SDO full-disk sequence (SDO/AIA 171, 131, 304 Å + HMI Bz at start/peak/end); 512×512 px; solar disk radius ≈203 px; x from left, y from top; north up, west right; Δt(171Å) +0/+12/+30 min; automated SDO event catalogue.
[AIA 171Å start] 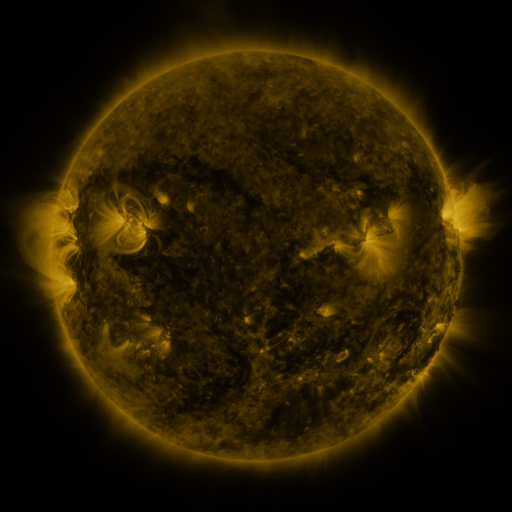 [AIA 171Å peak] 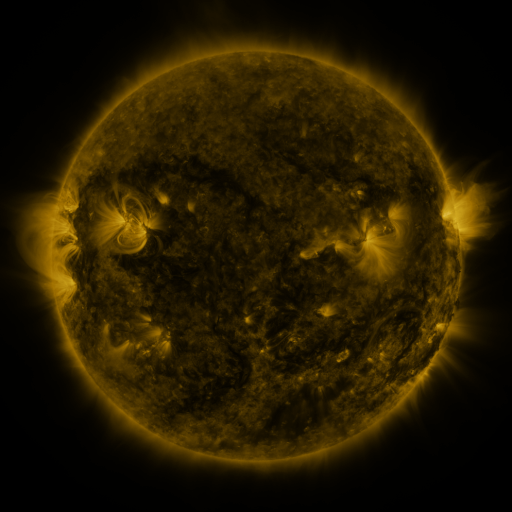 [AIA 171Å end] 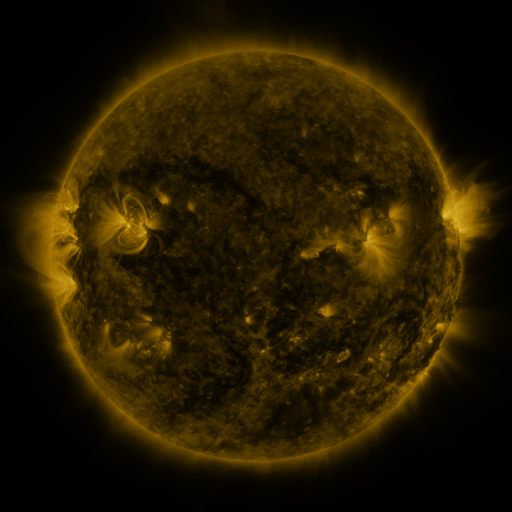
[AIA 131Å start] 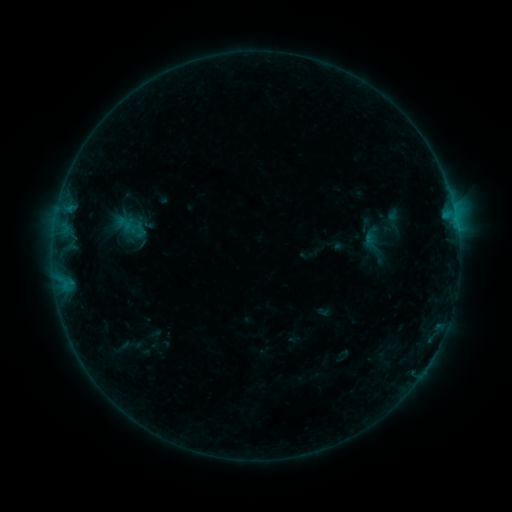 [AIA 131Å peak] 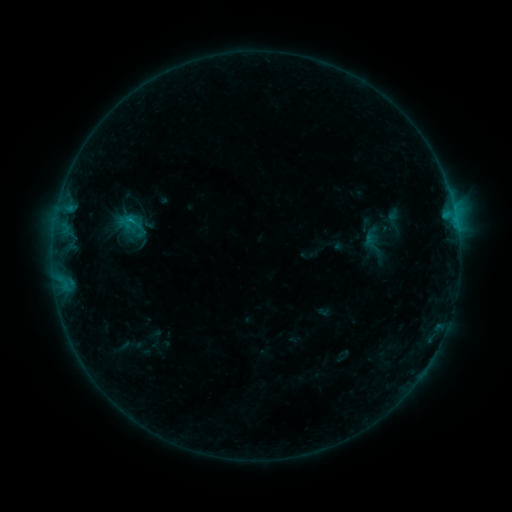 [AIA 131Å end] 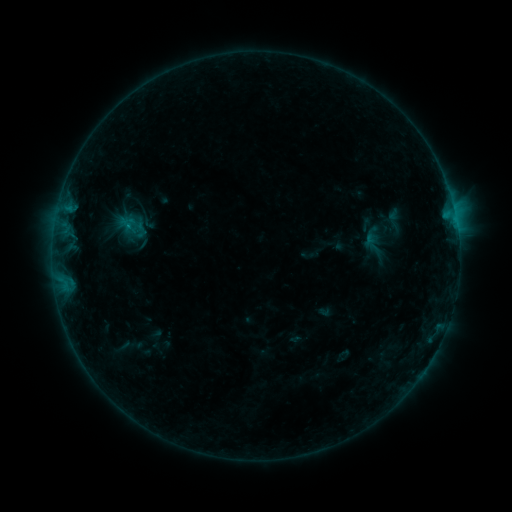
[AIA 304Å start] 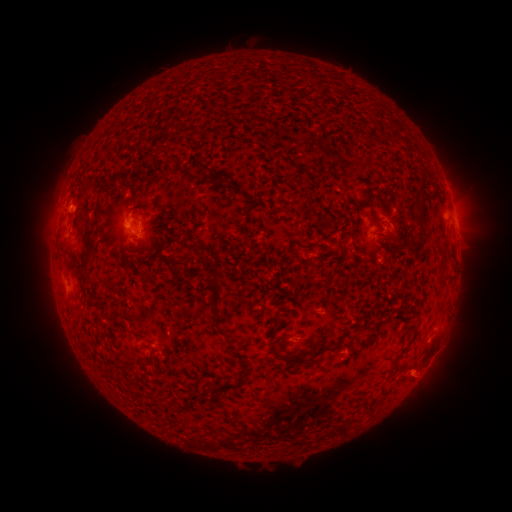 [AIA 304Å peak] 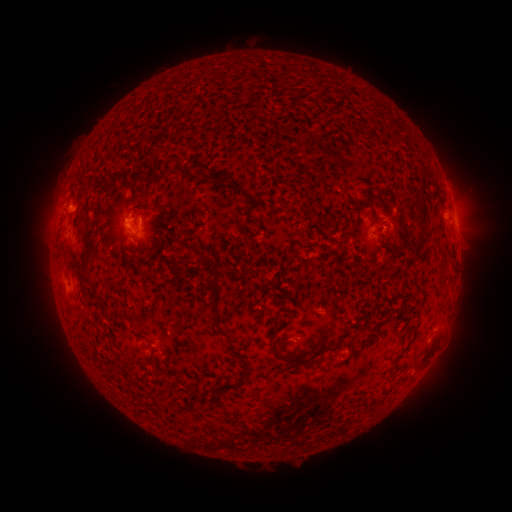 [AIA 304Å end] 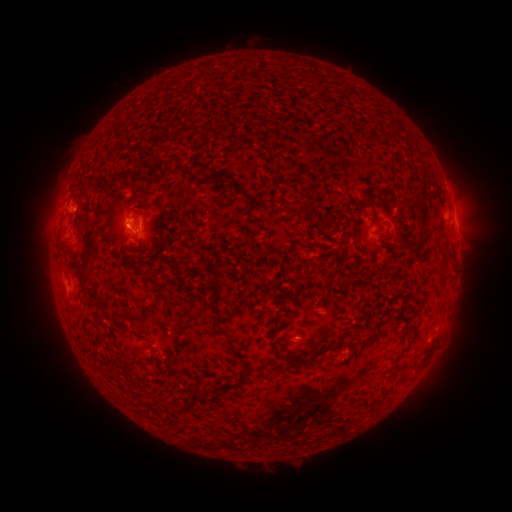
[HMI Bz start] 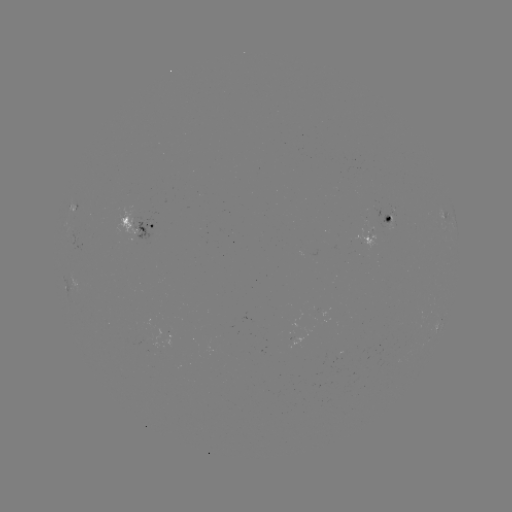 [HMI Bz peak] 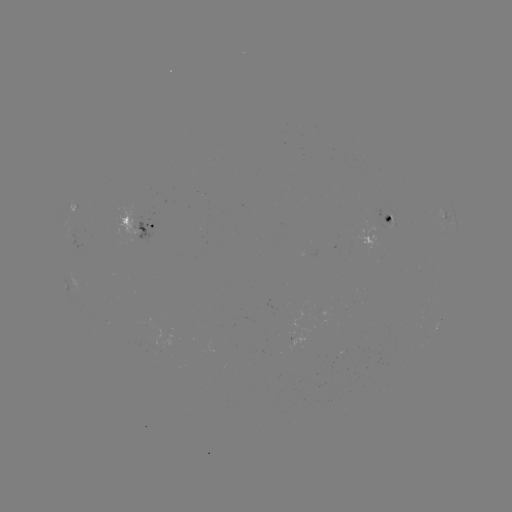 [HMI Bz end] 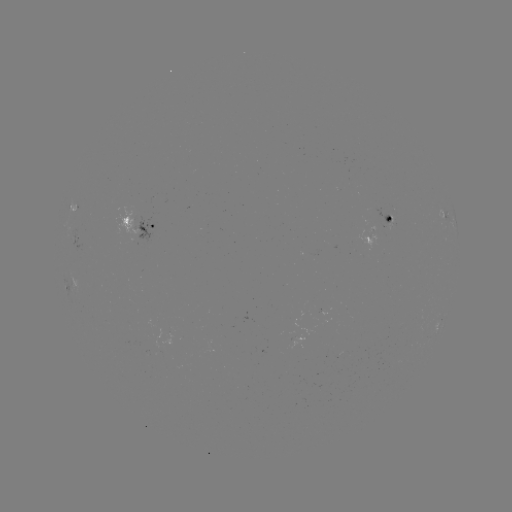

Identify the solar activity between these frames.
B4.8 flare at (132, 221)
